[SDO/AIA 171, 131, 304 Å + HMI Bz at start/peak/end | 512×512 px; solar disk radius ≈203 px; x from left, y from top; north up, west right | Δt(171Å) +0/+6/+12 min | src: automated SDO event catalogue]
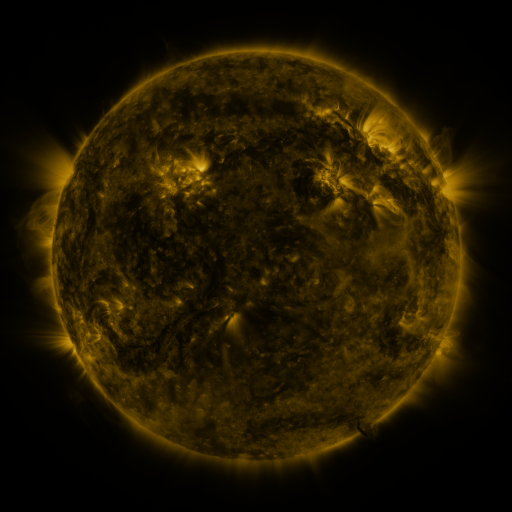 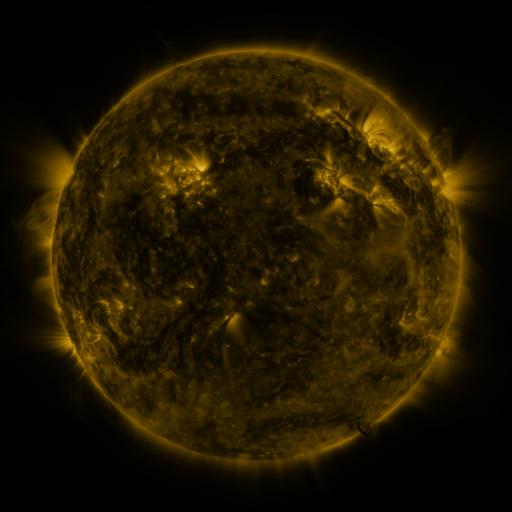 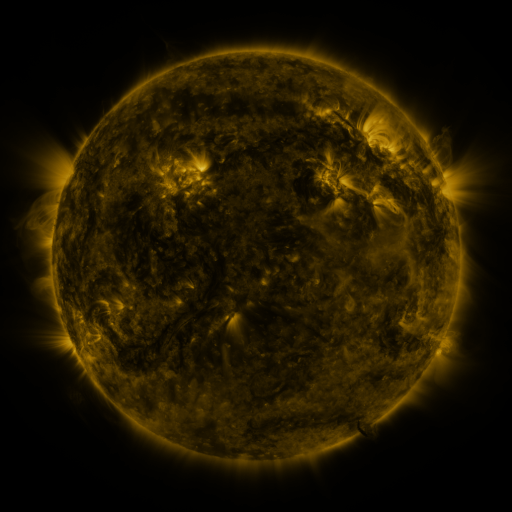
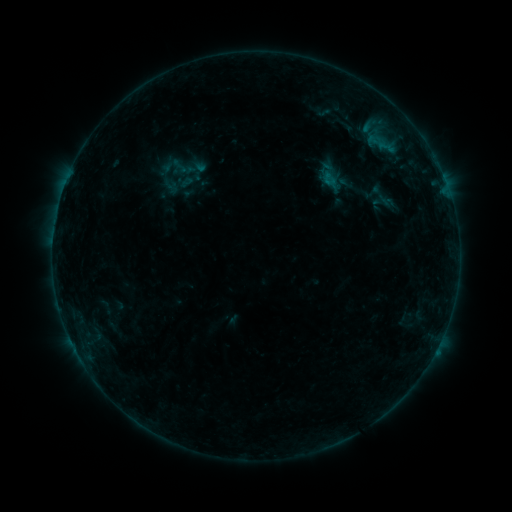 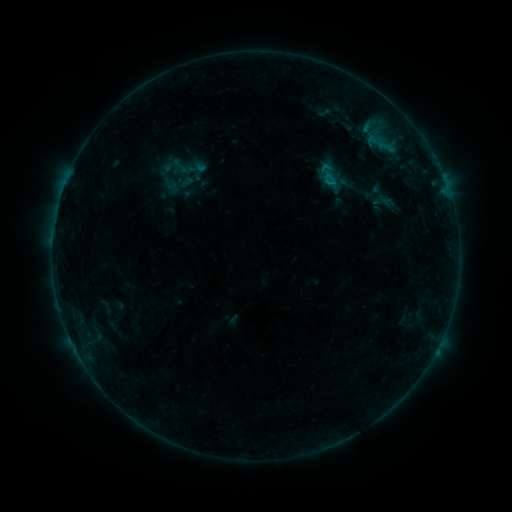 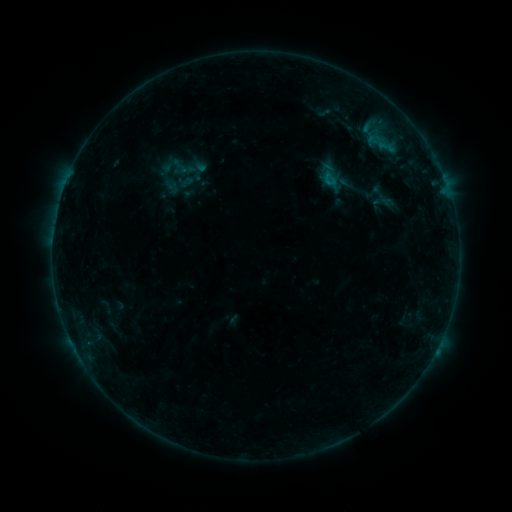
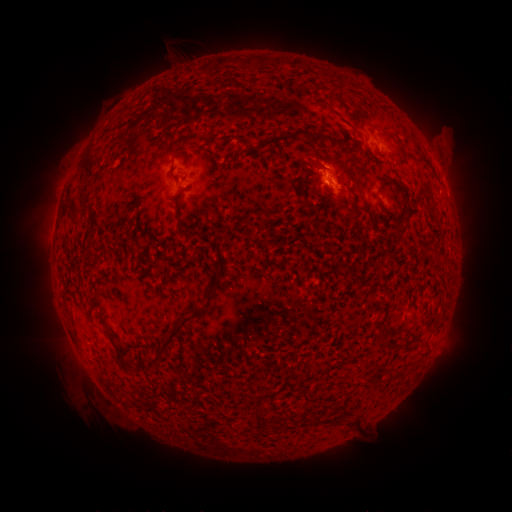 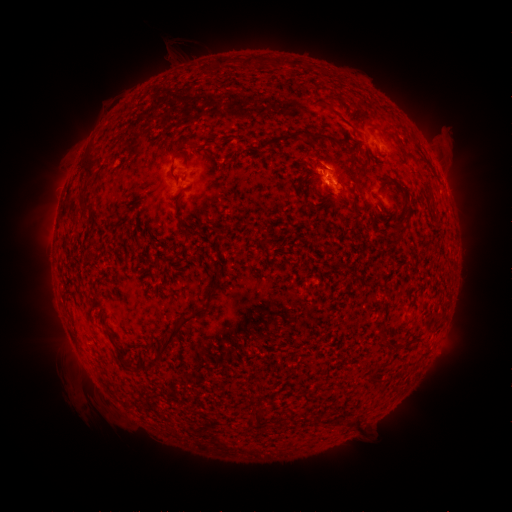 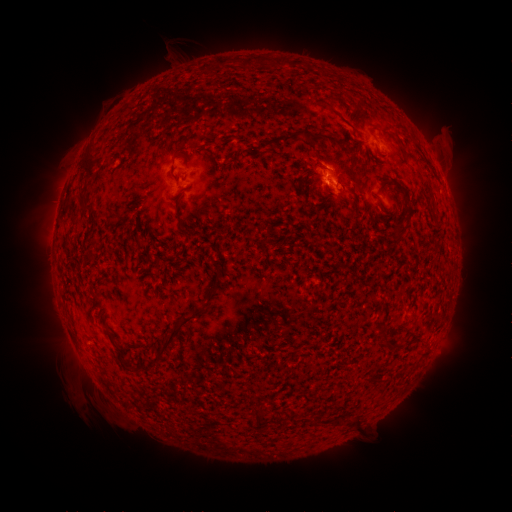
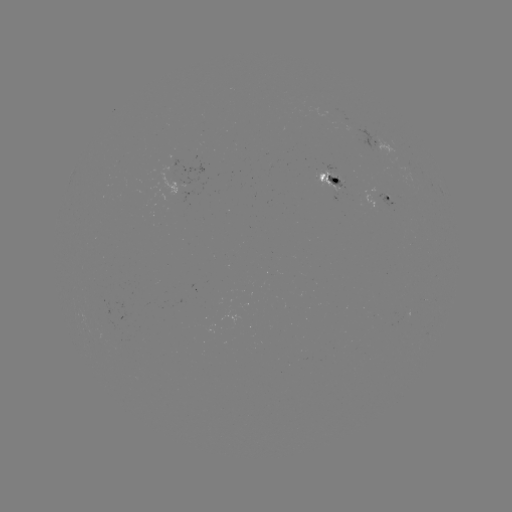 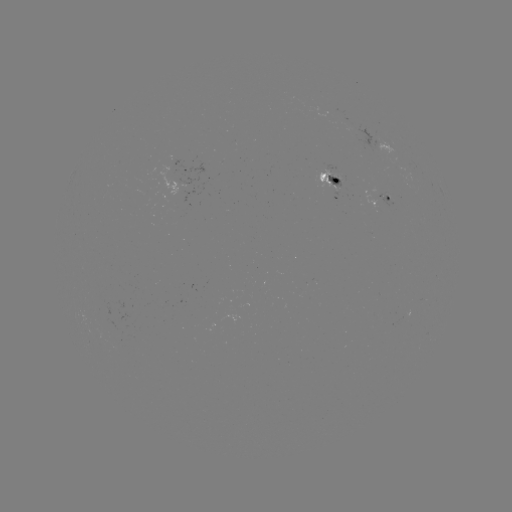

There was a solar flare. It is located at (325, 167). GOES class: B4.5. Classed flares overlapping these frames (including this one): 1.